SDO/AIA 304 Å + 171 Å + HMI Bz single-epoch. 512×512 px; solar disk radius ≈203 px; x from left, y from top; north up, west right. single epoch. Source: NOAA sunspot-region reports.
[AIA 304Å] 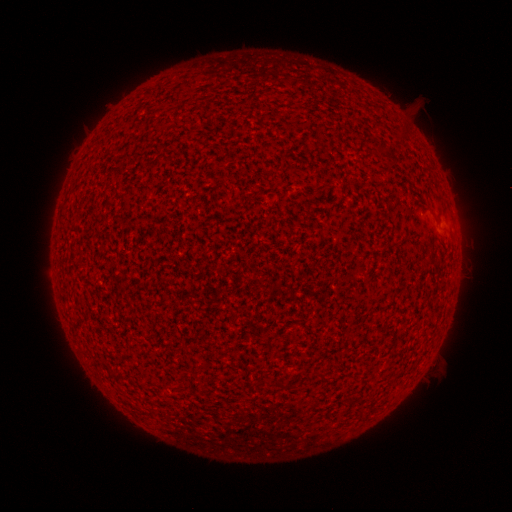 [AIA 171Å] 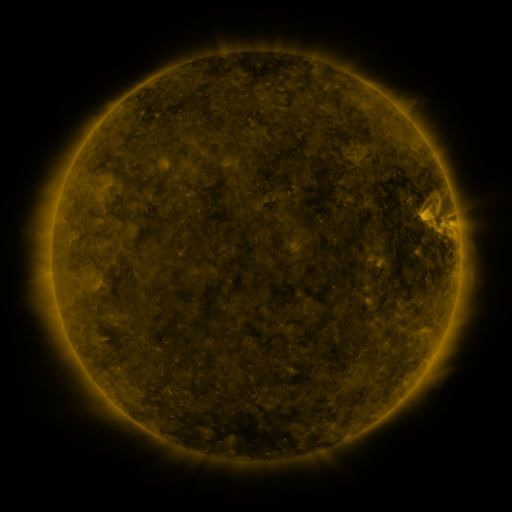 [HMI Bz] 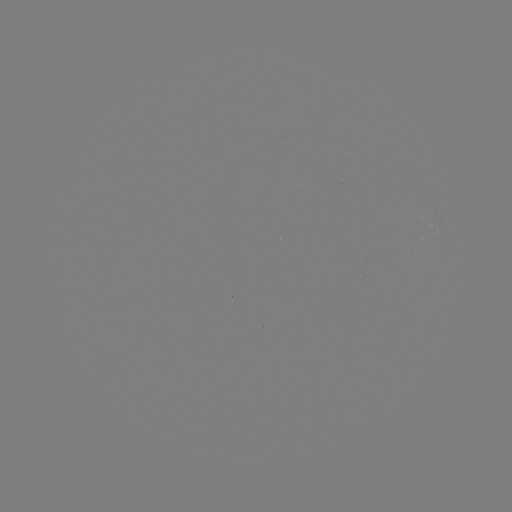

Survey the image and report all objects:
(none)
